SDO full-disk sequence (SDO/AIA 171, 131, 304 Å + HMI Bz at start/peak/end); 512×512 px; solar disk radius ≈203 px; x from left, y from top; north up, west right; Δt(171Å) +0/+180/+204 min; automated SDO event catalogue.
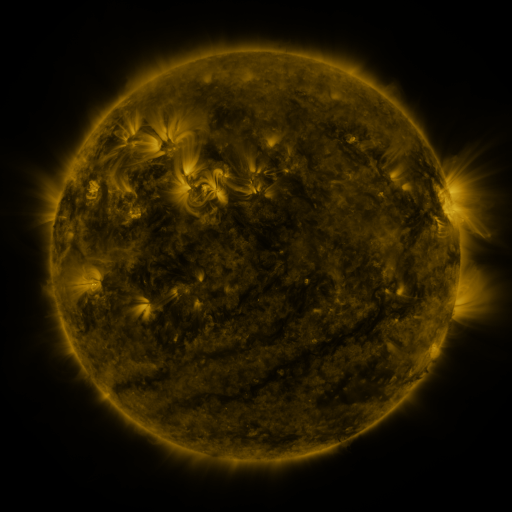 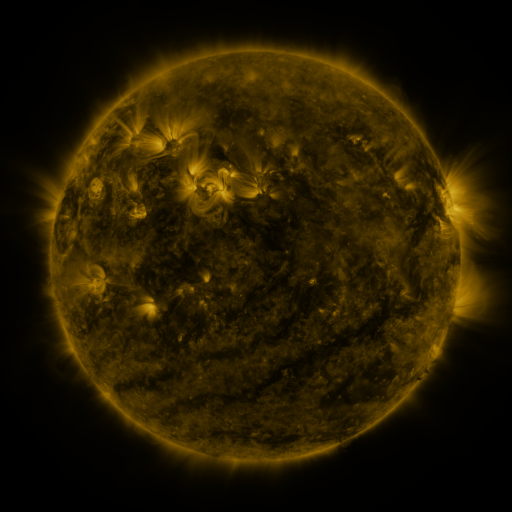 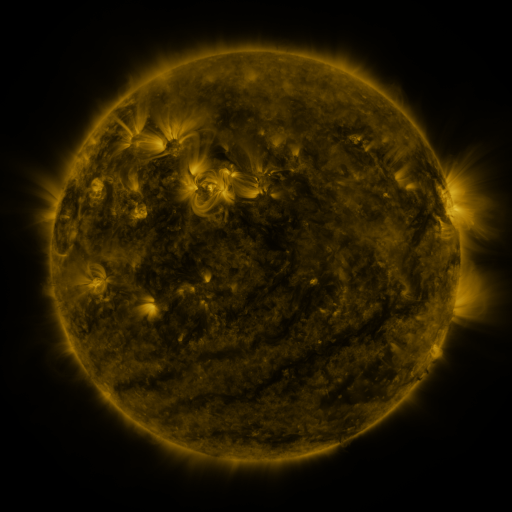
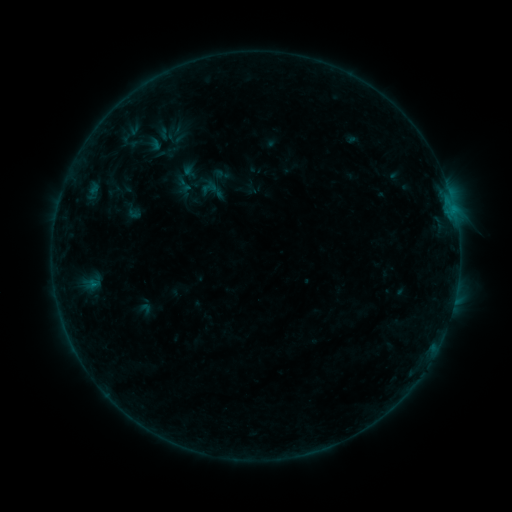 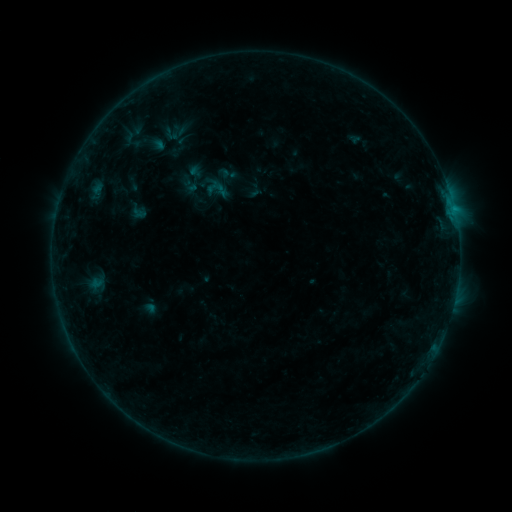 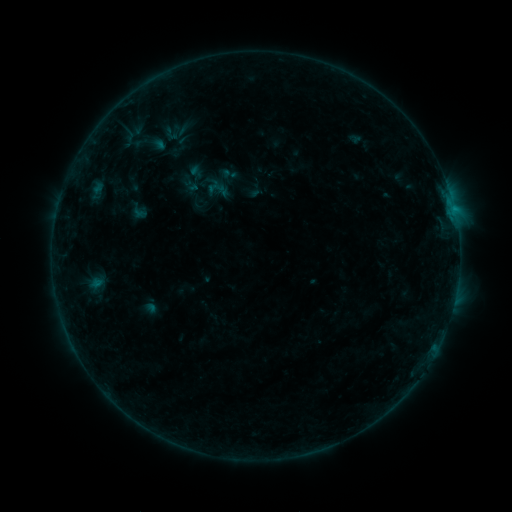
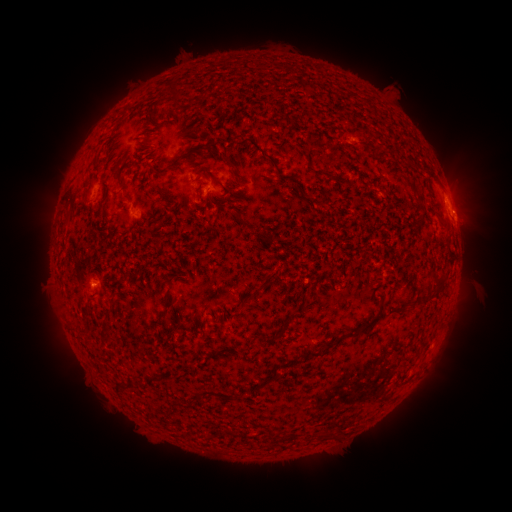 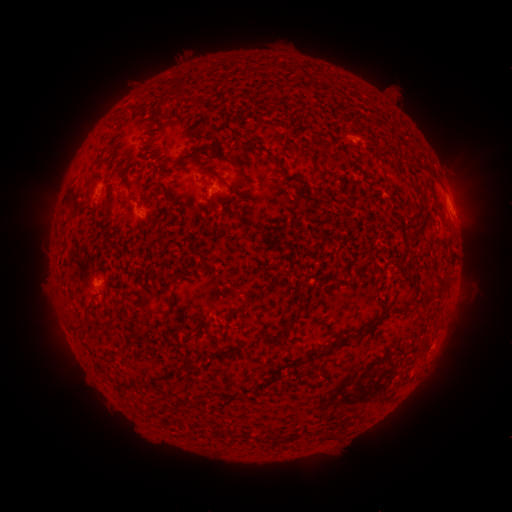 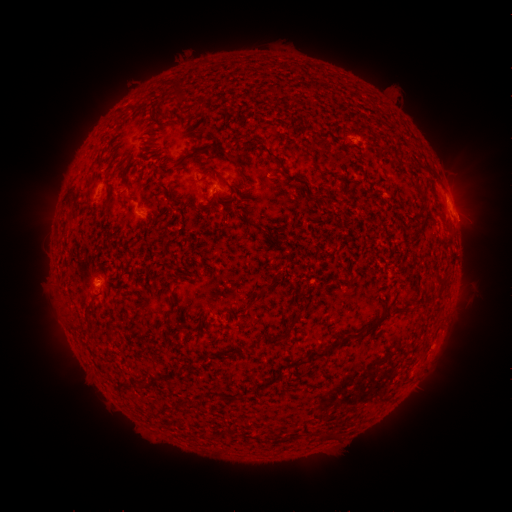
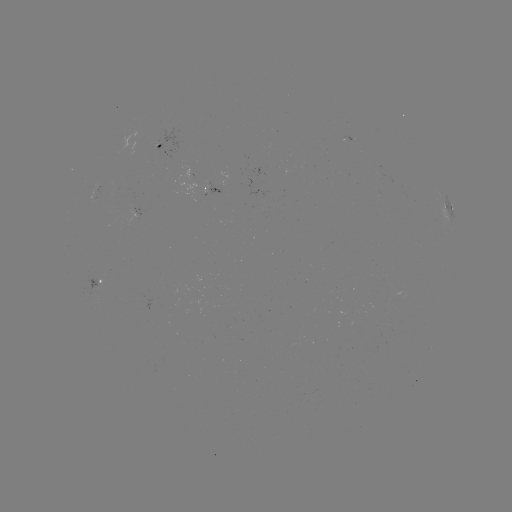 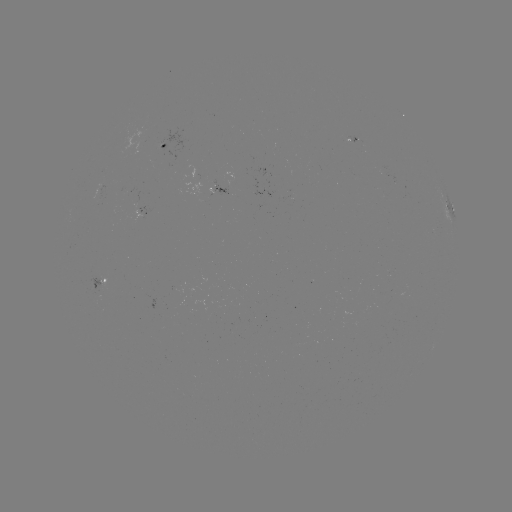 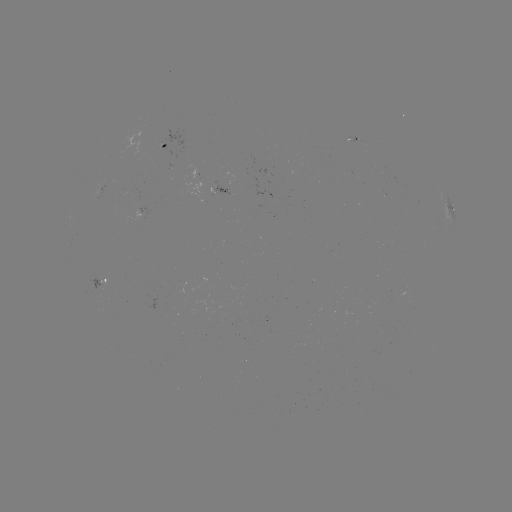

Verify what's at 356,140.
emerging-flux region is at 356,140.